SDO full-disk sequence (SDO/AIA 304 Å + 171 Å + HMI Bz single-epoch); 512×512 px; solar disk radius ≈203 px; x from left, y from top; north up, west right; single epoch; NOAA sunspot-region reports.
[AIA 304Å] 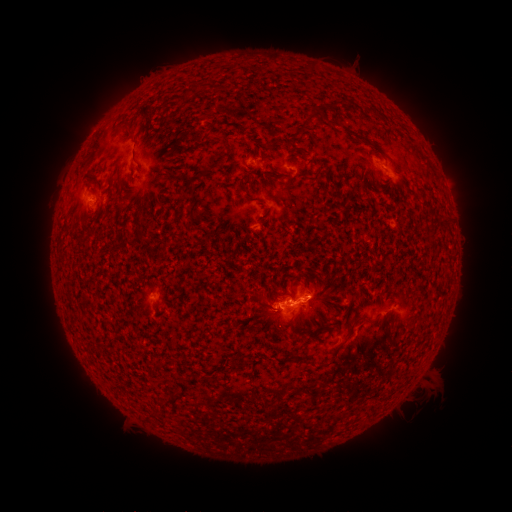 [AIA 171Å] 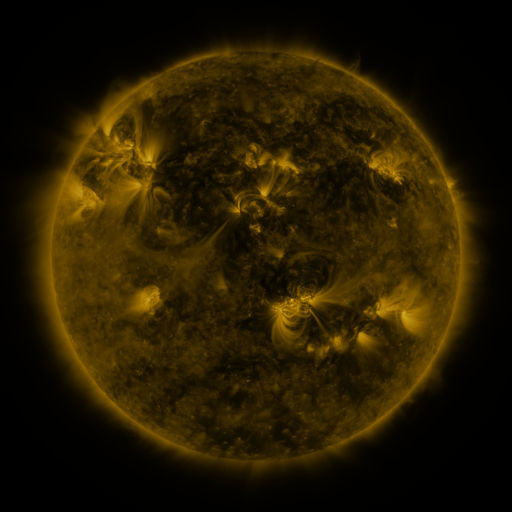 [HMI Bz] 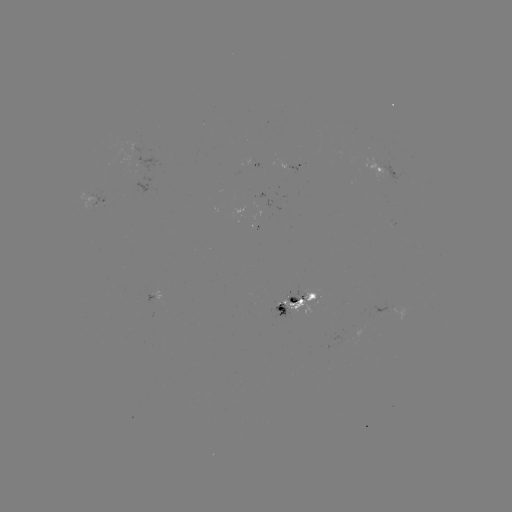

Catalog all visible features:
spotted active region: (302, 167)
spotted active region: (387, 173)
spotted active region: (98, 202)
spotted active region: (302, 306)
